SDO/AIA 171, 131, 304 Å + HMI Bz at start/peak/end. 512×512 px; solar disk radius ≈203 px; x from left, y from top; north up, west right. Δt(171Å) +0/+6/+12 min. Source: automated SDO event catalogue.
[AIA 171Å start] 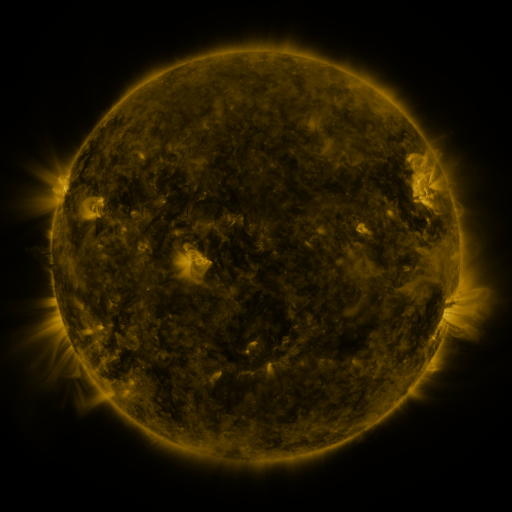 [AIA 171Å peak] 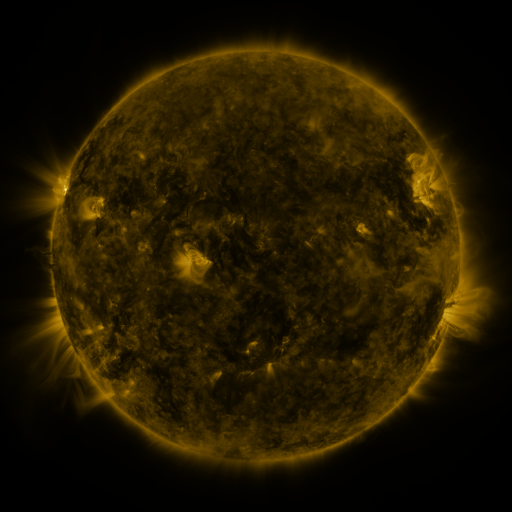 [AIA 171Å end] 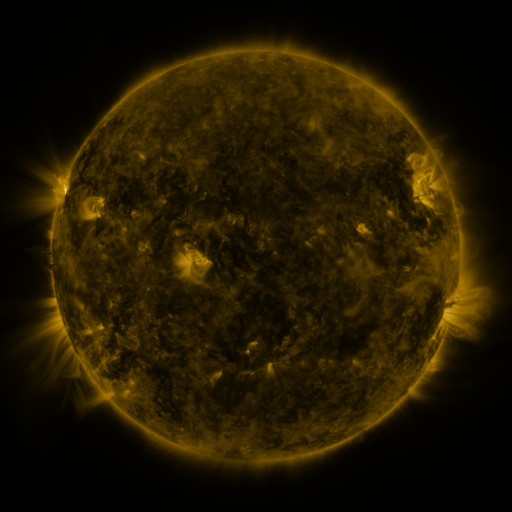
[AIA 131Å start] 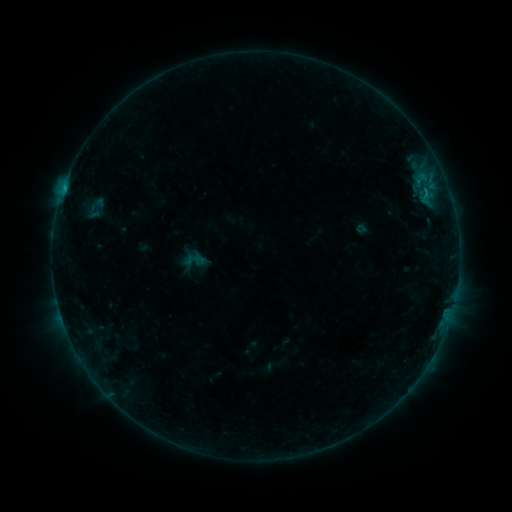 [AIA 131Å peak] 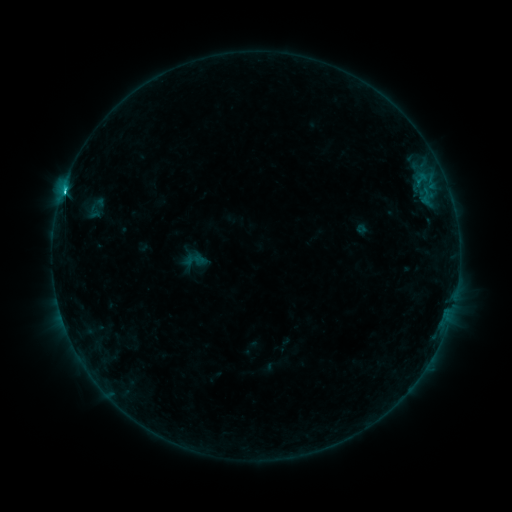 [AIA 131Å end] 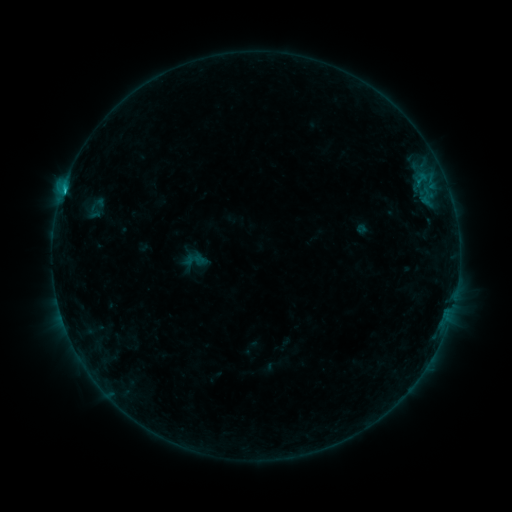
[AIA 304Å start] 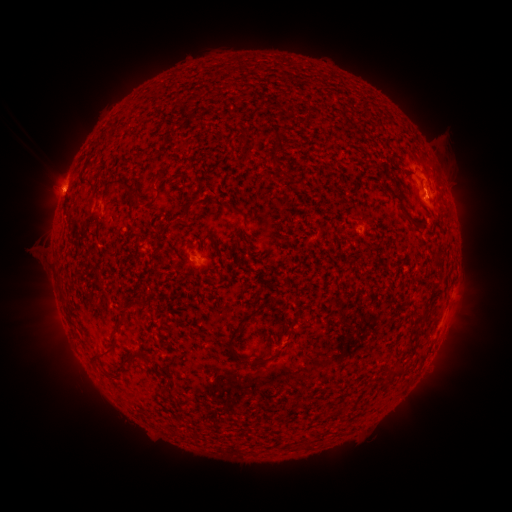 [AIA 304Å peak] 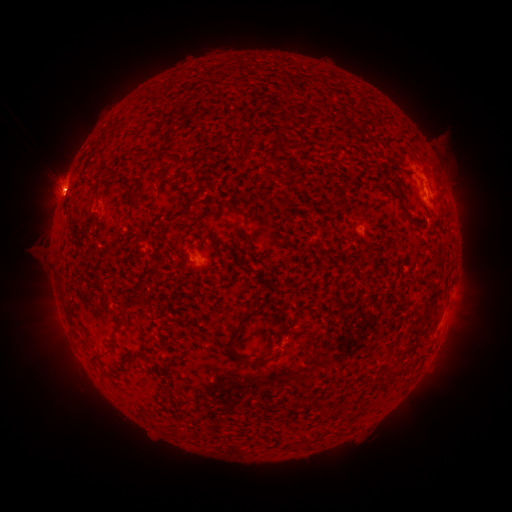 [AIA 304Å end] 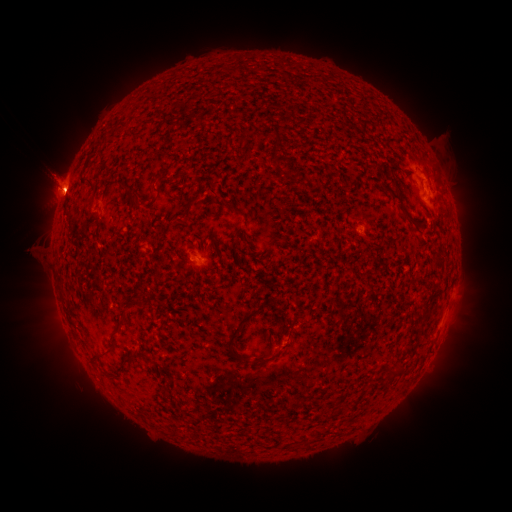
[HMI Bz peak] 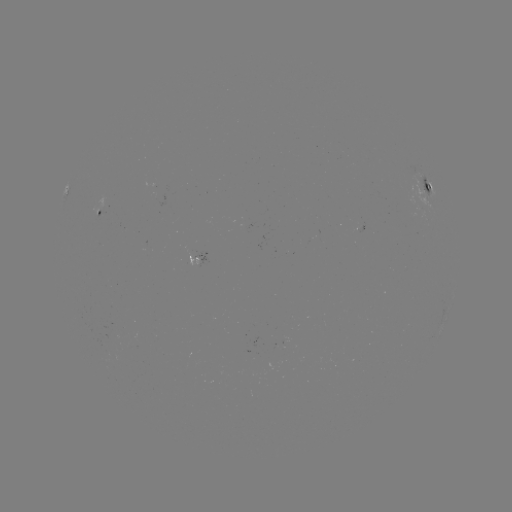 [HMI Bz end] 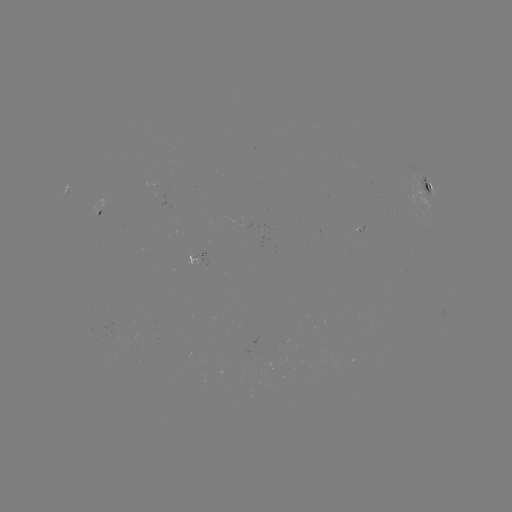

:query eruption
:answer [59, 178]